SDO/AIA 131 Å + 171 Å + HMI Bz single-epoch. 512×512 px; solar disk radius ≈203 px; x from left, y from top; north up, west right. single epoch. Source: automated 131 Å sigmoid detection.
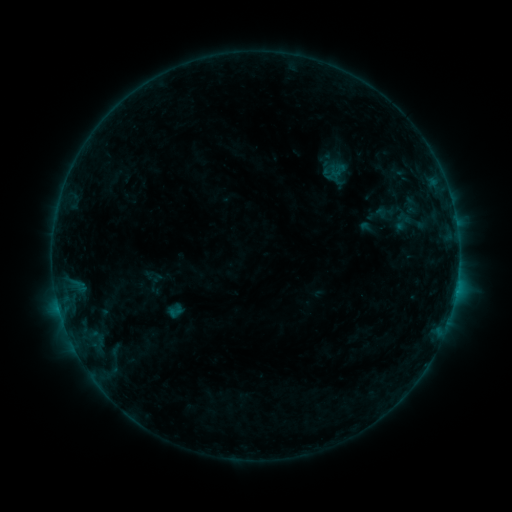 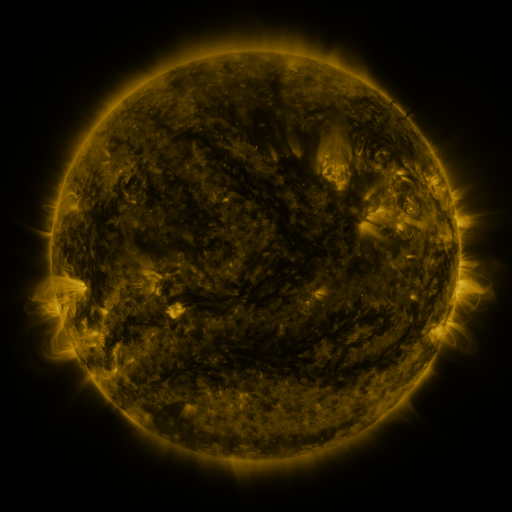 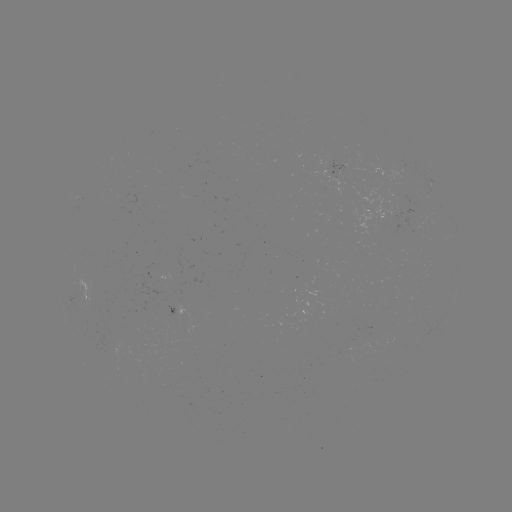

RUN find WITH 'sigmoid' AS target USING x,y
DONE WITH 411,223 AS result